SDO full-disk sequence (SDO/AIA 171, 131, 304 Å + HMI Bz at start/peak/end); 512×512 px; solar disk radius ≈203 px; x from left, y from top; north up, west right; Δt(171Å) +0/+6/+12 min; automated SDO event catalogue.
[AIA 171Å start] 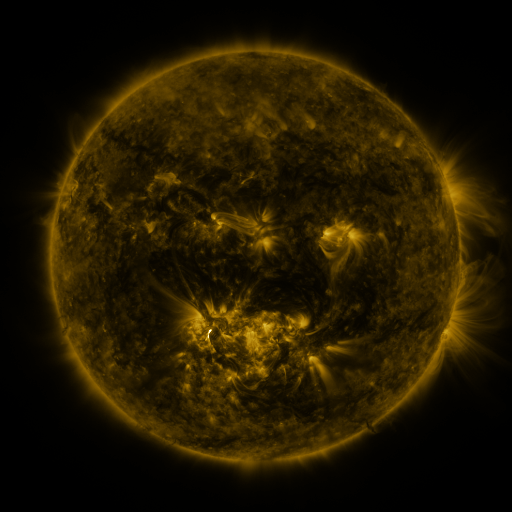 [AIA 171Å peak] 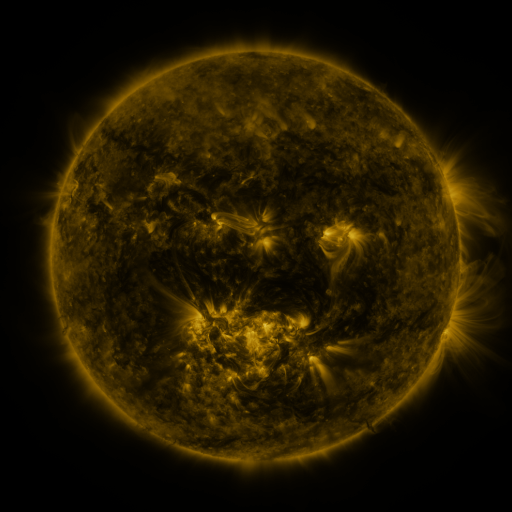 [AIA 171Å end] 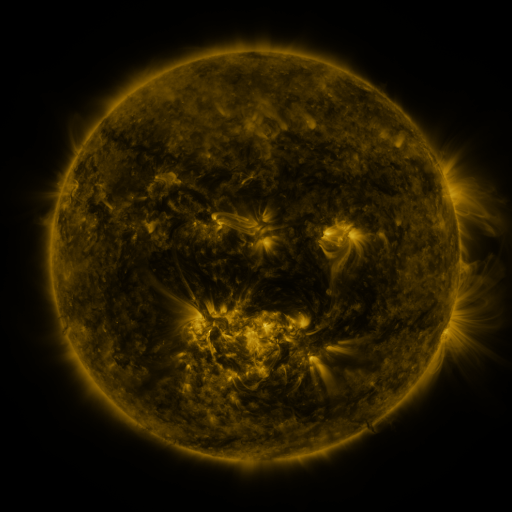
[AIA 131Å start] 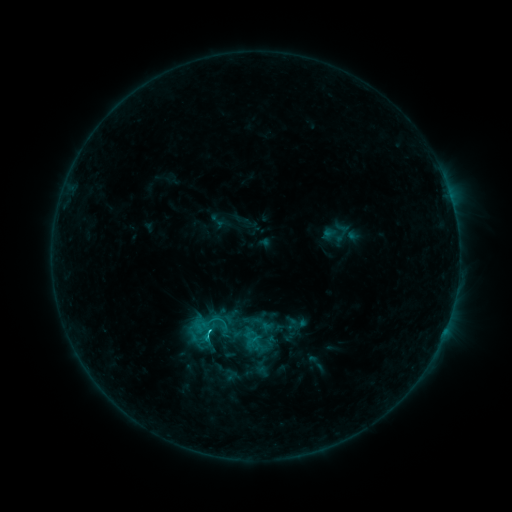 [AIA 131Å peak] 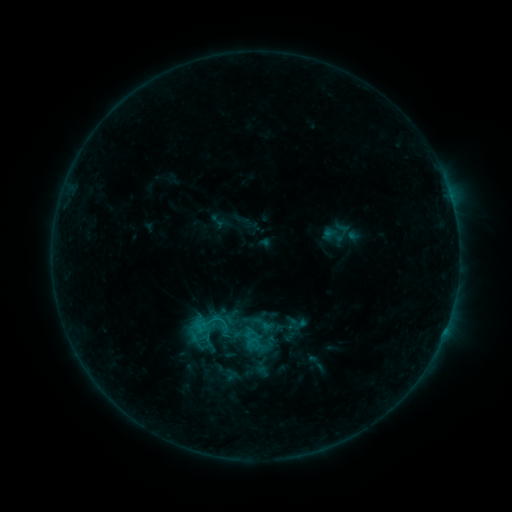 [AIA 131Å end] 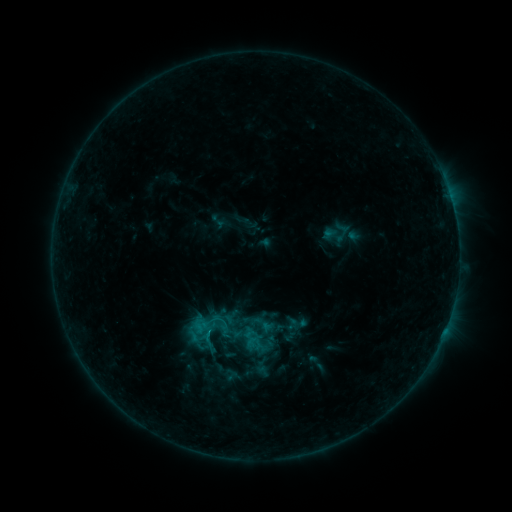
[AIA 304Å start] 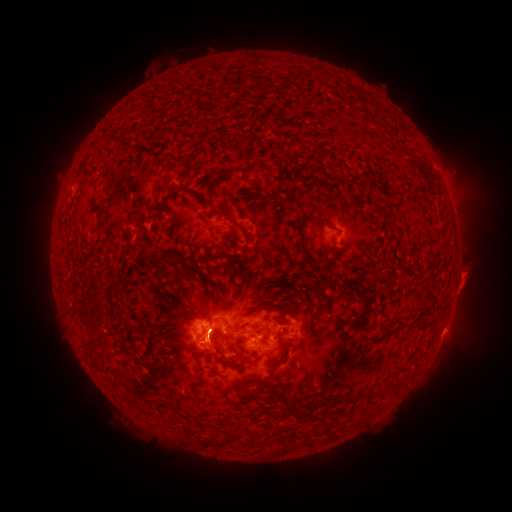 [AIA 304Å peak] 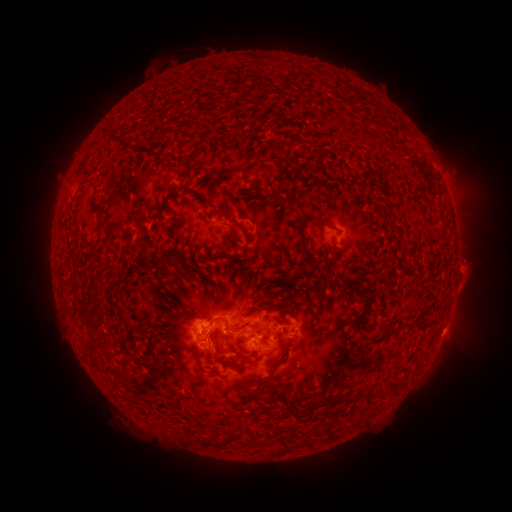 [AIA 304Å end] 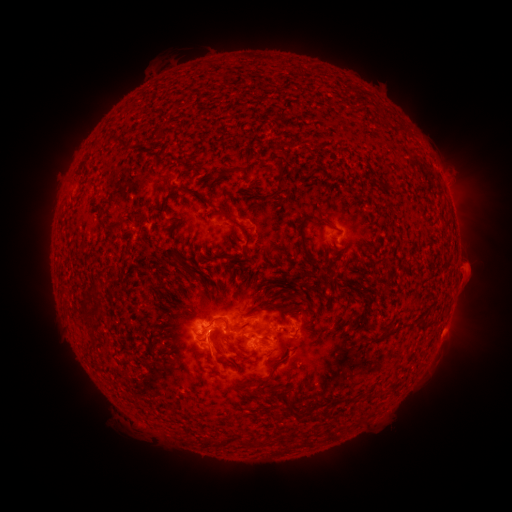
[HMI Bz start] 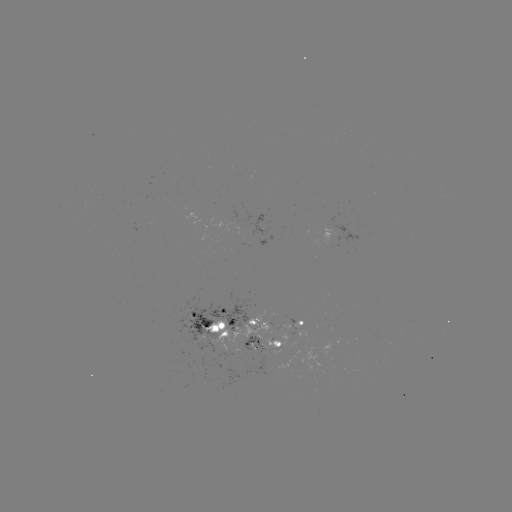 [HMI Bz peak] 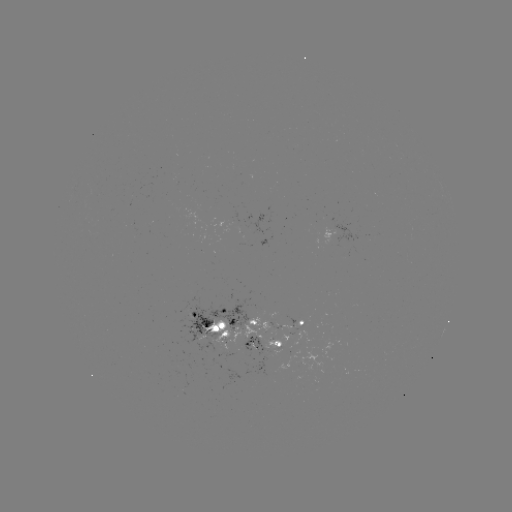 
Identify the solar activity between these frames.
eruption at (470, 268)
